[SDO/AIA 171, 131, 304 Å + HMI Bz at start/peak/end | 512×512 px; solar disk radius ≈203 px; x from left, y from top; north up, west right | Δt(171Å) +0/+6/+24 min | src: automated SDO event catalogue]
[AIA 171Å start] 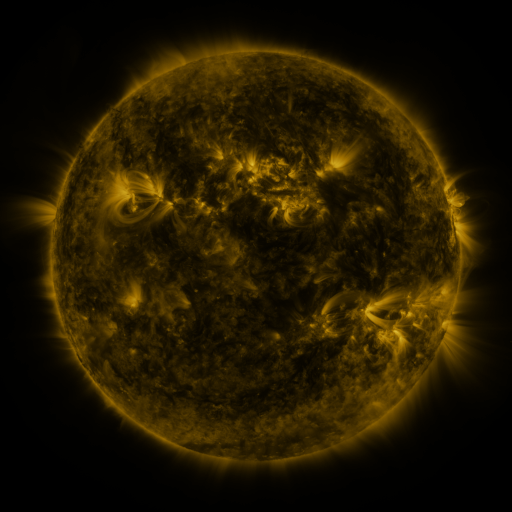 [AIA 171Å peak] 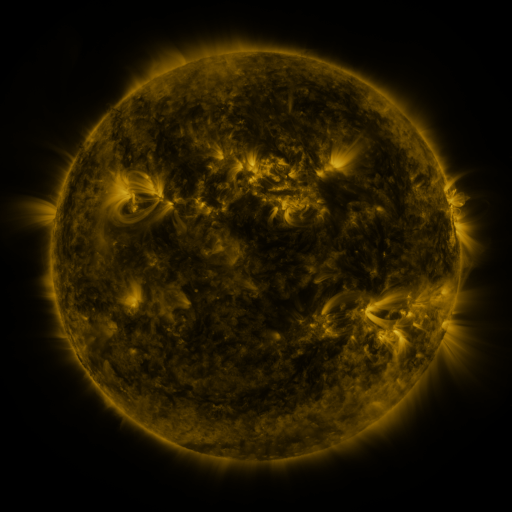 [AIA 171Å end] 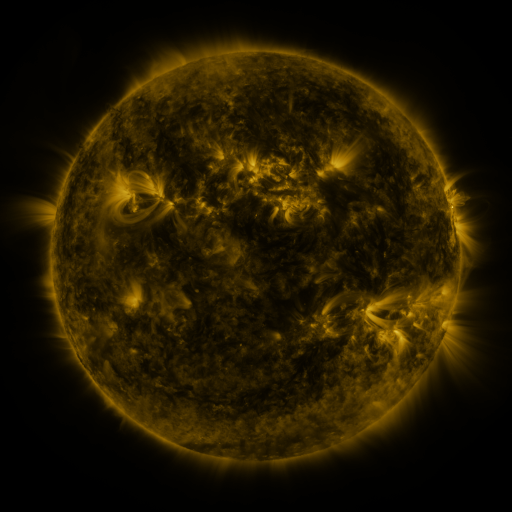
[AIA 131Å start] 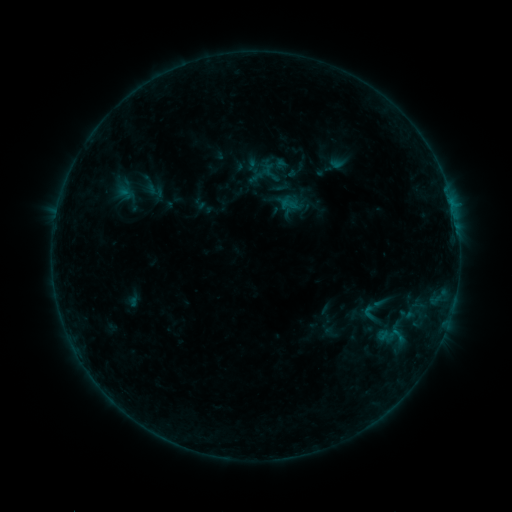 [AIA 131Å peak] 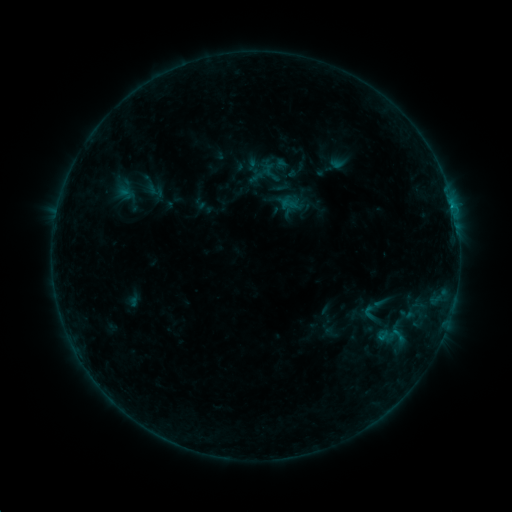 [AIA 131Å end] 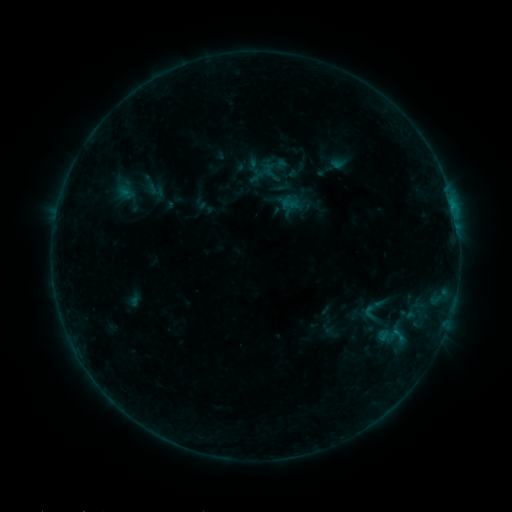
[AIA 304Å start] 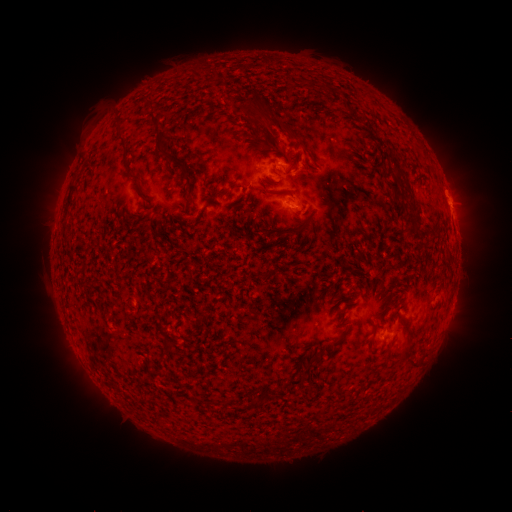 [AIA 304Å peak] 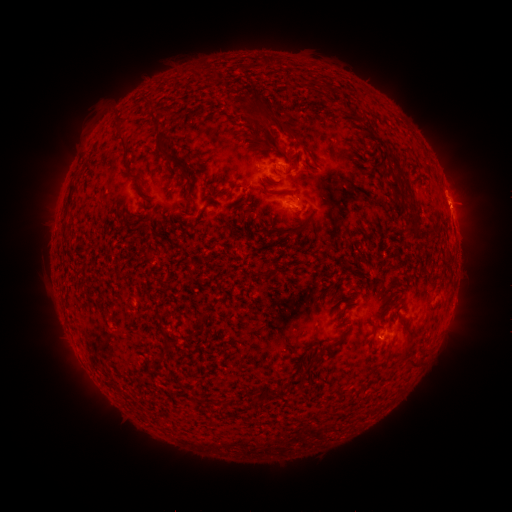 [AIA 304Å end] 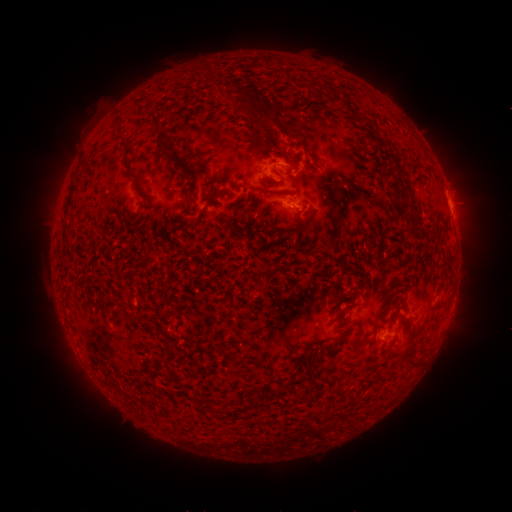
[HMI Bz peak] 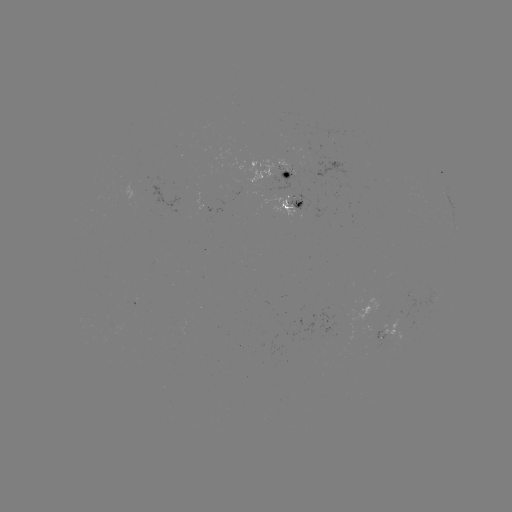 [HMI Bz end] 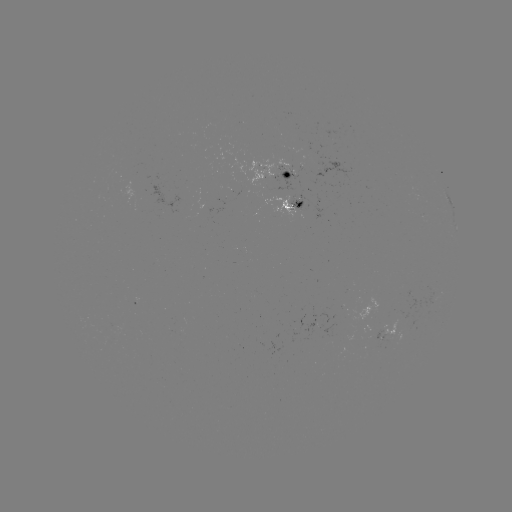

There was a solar flare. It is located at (452, 211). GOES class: B7.8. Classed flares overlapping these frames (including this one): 1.